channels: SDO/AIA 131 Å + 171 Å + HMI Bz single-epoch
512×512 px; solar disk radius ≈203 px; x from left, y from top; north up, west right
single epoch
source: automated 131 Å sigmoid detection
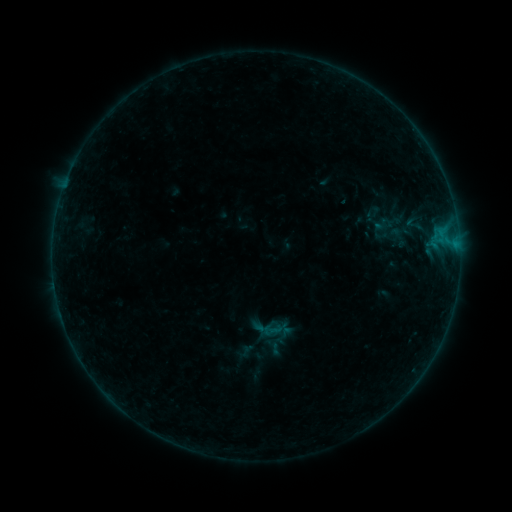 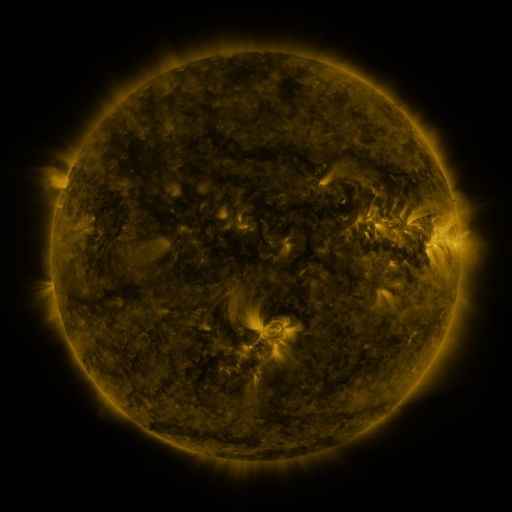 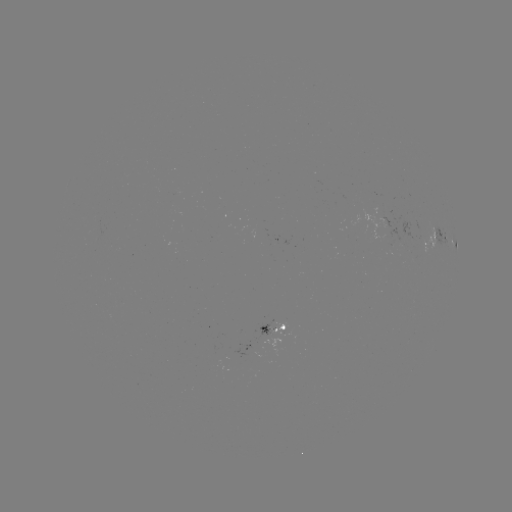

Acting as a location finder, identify sigmoid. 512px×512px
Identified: [272, 330].